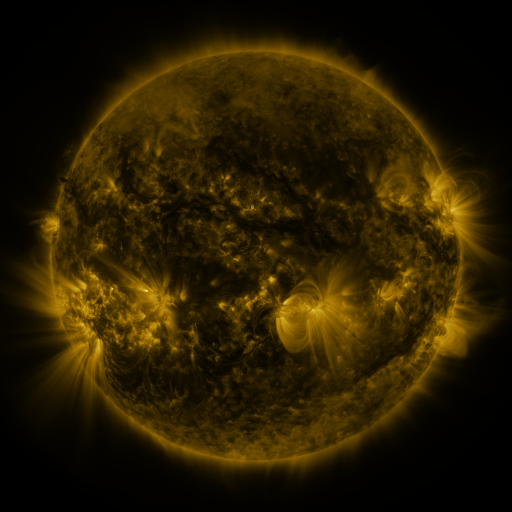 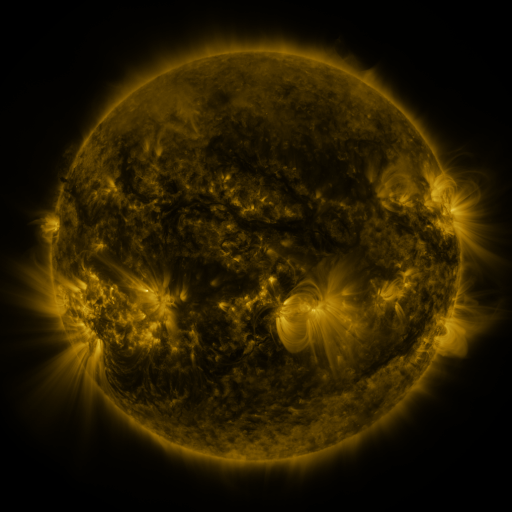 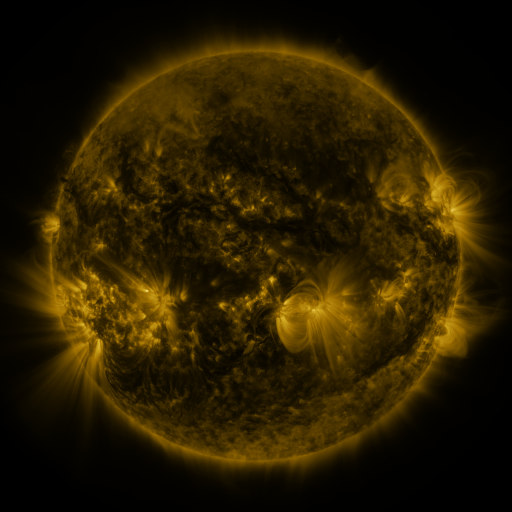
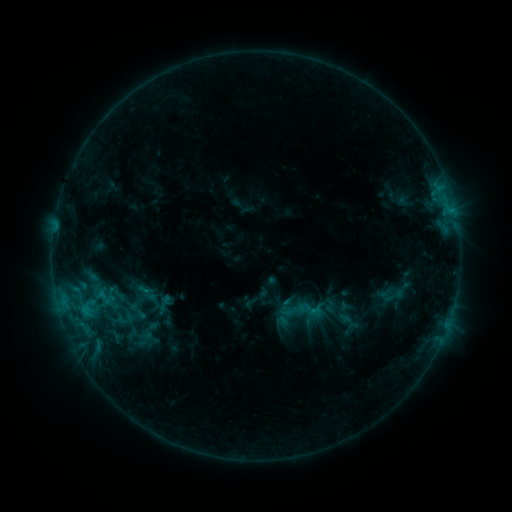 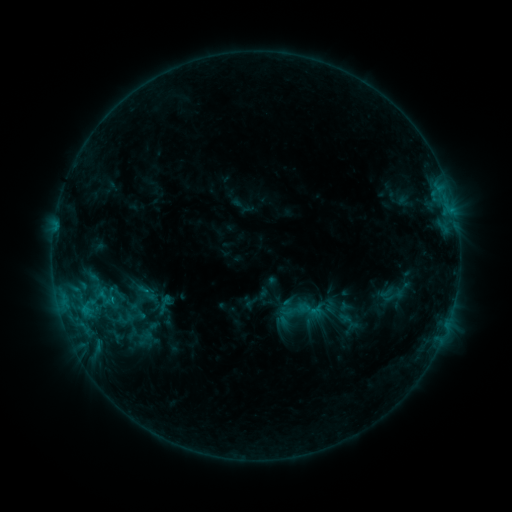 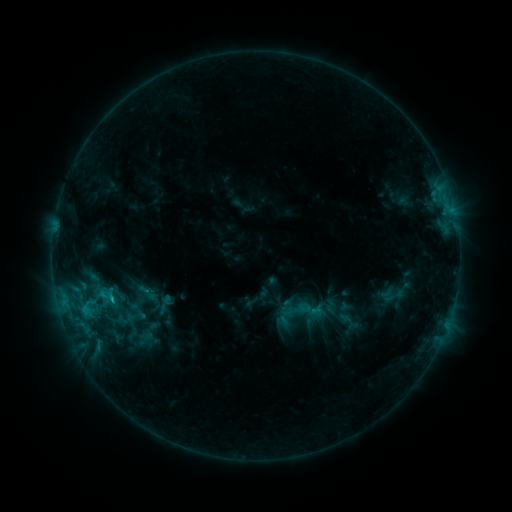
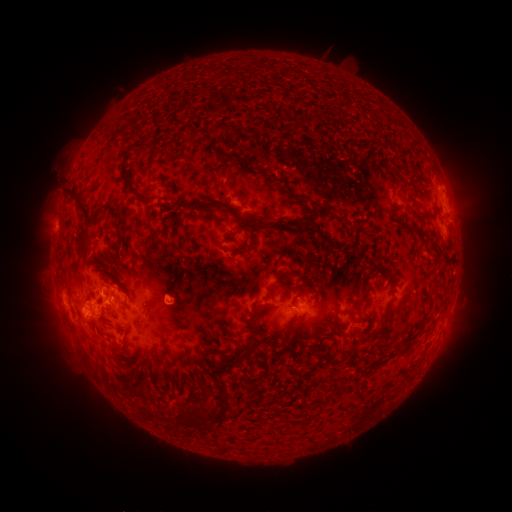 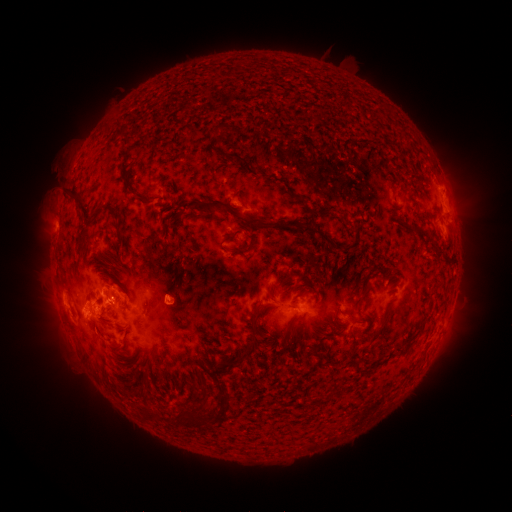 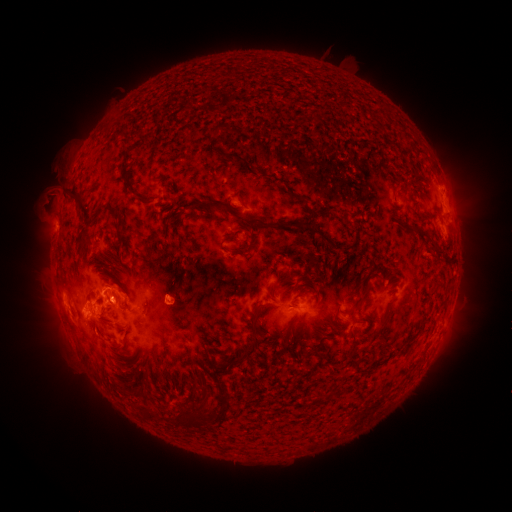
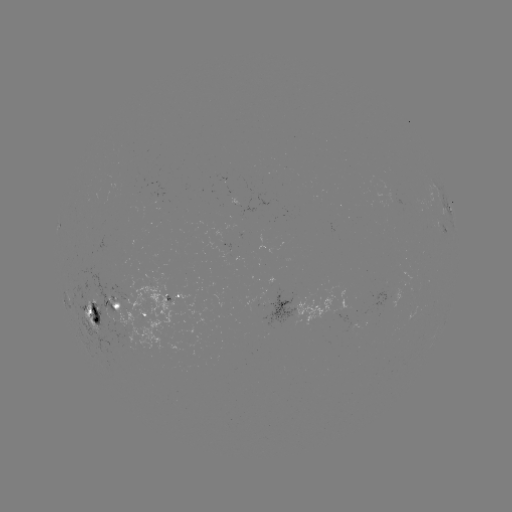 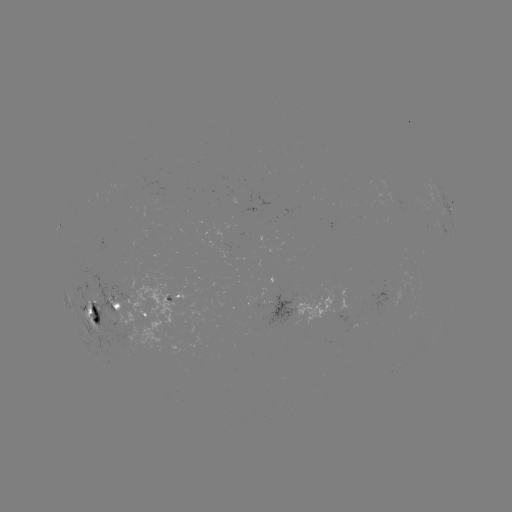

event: flare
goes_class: C1.4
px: (114, 298)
